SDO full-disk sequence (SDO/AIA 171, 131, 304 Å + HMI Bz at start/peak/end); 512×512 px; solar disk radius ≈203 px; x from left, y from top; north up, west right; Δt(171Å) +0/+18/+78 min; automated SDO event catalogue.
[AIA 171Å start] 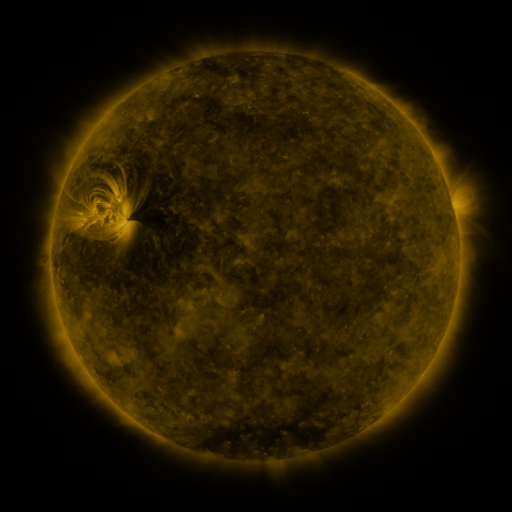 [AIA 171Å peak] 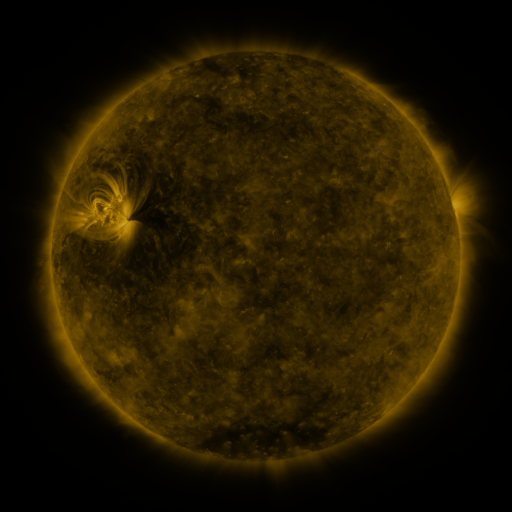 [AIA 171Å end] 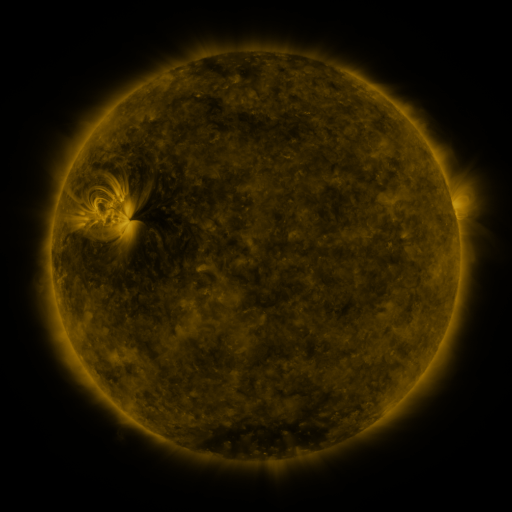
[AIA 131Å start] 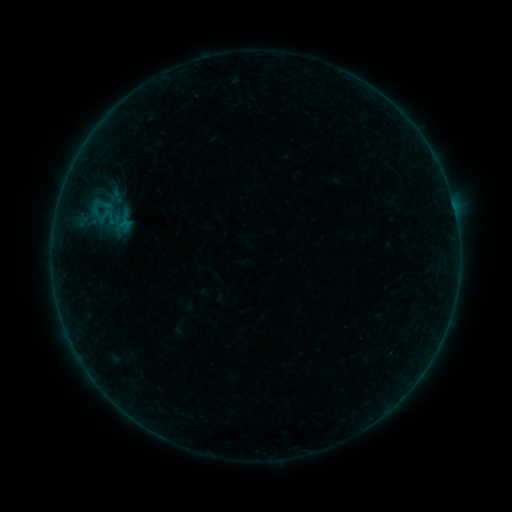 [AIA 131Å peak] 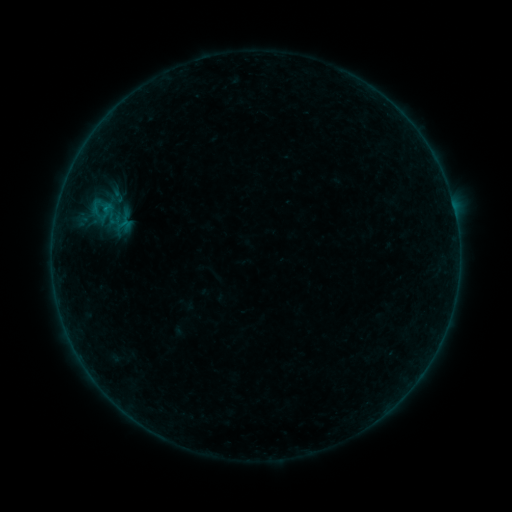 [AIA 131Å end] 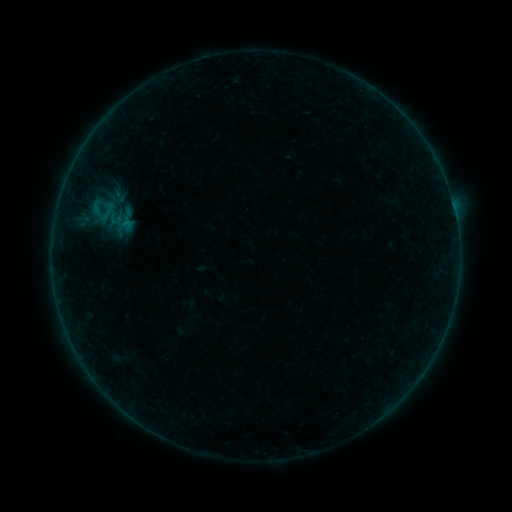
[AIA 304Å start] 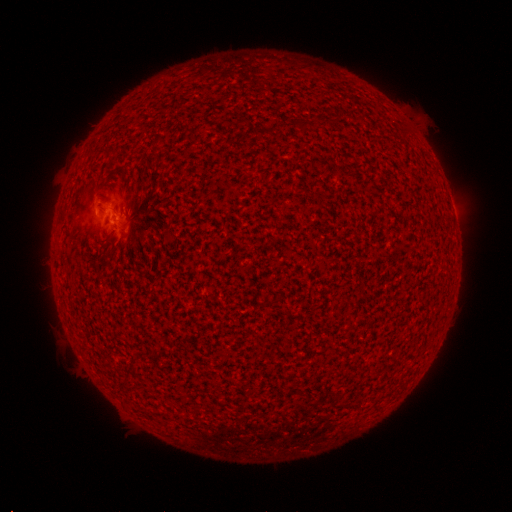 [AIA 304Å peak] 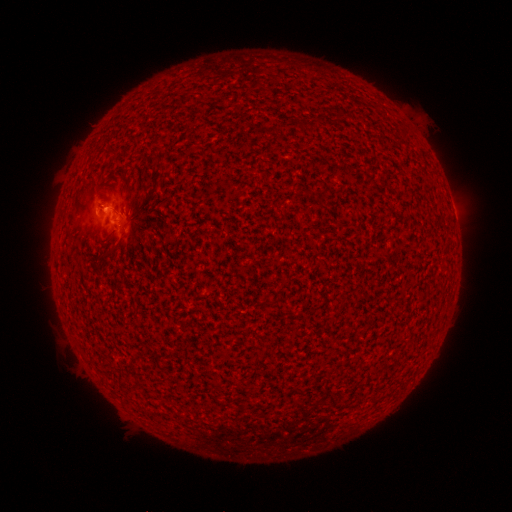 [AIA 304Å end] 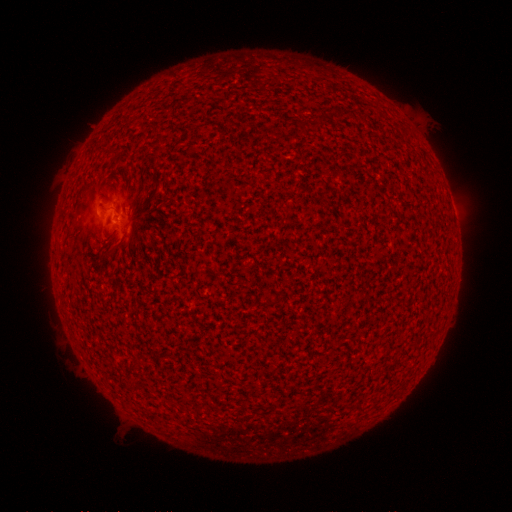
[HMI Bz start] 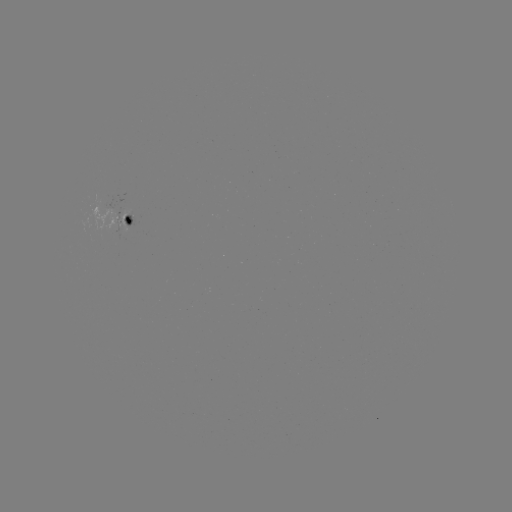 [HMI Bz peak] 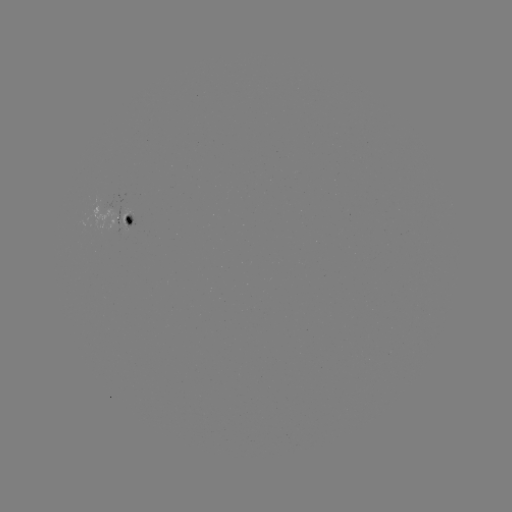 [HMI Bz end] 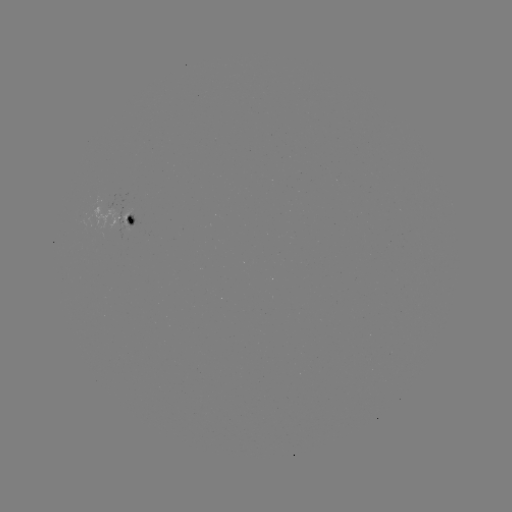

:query B1.3 flare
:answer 100,207